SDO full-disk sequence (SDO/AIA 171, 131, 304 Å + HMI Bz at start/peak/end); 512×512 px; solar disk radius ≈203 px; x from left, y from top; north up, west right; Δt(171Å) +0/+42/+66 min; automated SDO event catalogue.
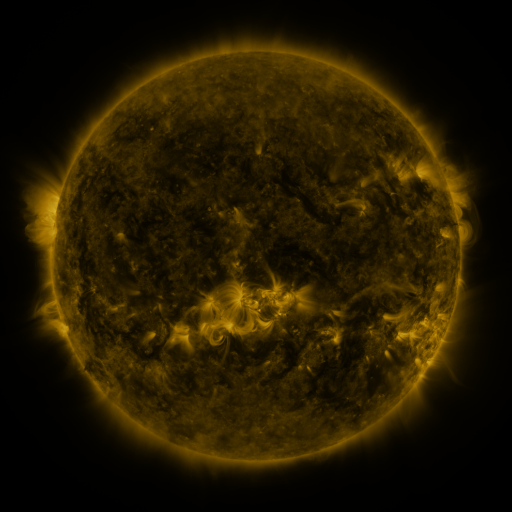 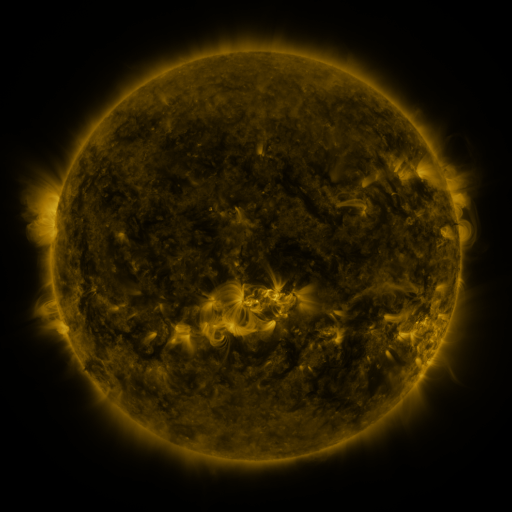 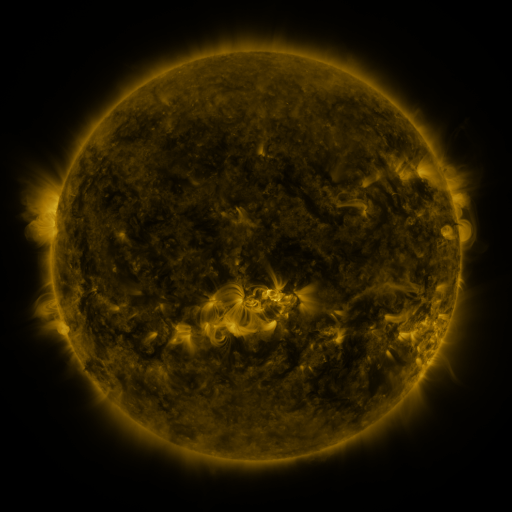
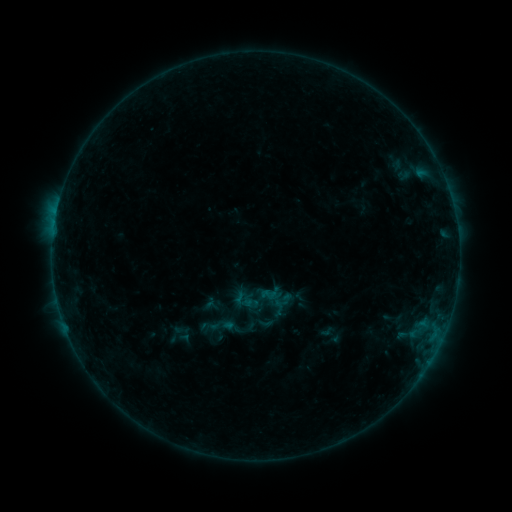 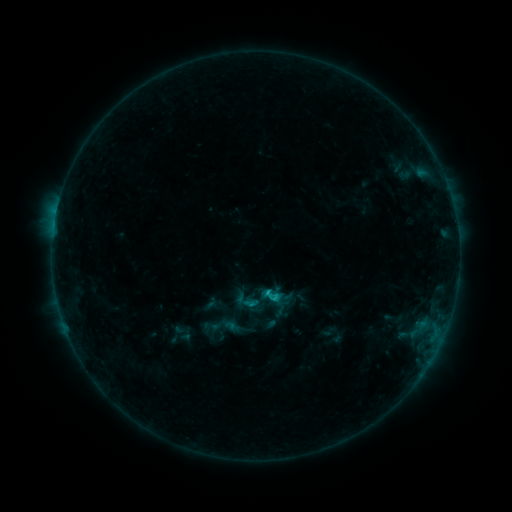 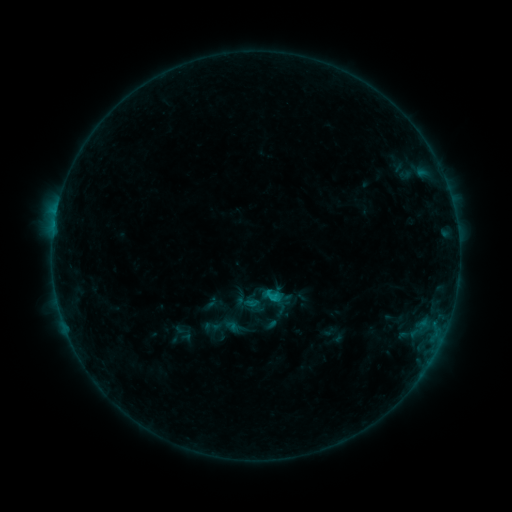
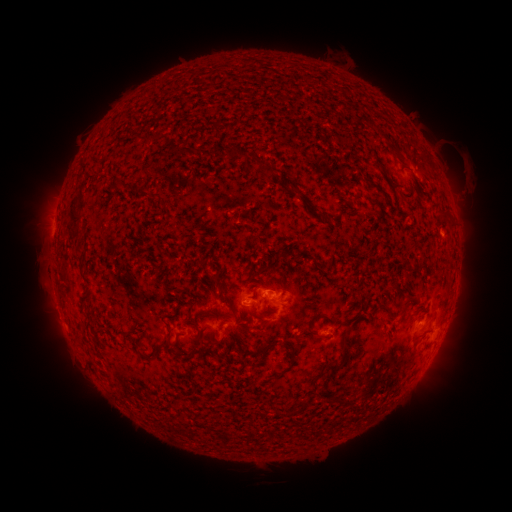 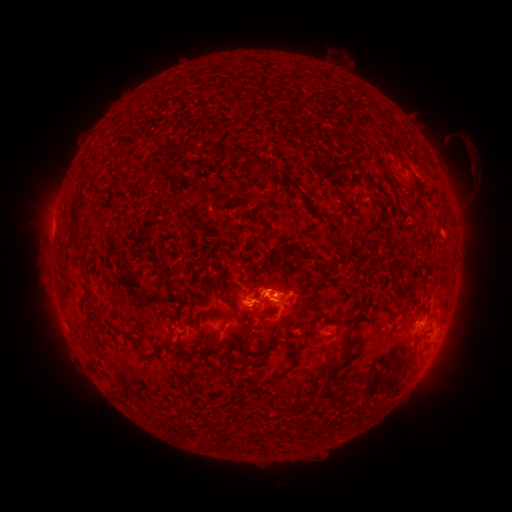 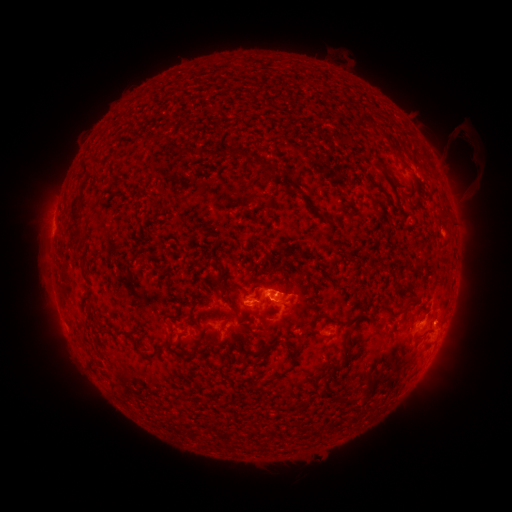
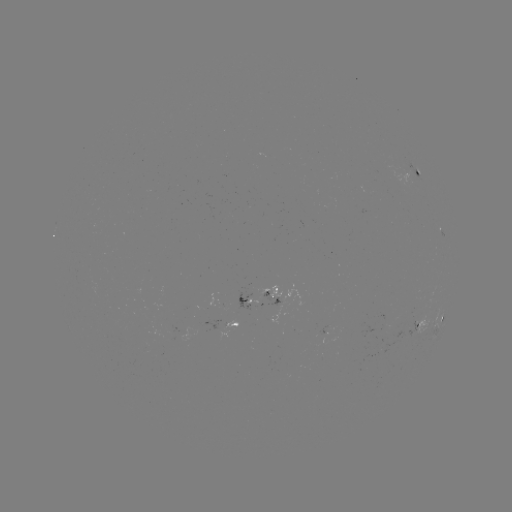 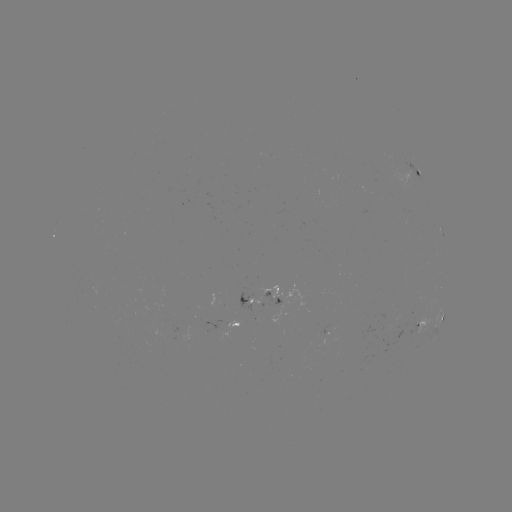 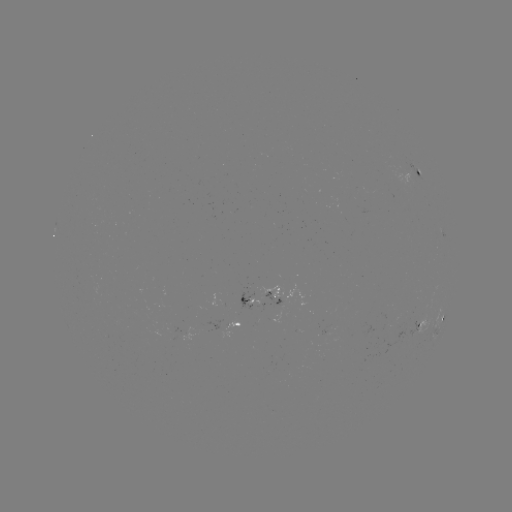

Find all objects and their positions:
C1.0 flare: (266, 290)
